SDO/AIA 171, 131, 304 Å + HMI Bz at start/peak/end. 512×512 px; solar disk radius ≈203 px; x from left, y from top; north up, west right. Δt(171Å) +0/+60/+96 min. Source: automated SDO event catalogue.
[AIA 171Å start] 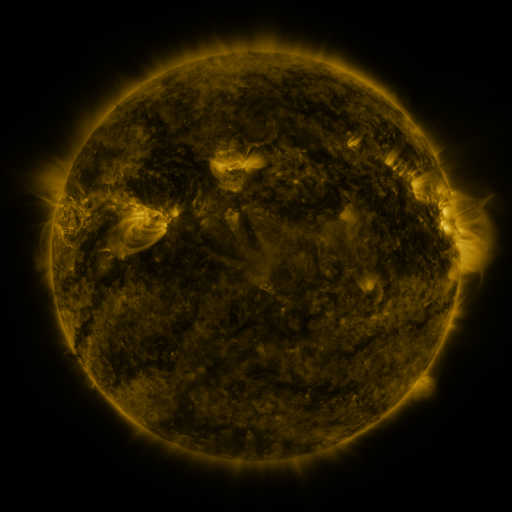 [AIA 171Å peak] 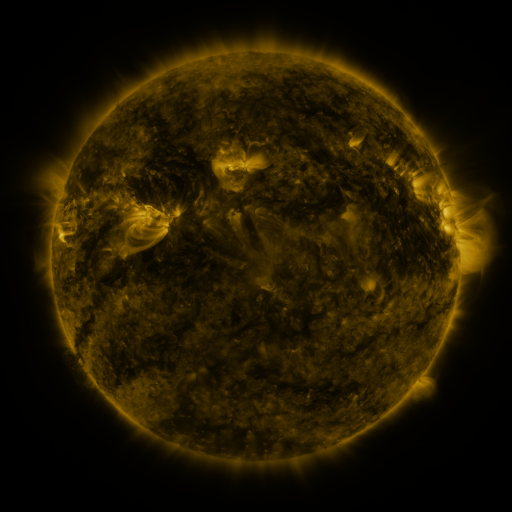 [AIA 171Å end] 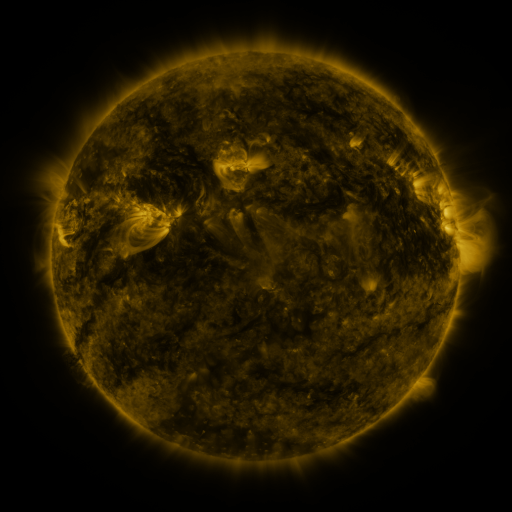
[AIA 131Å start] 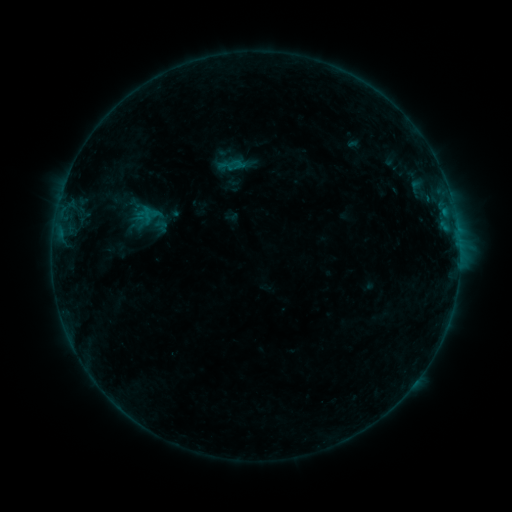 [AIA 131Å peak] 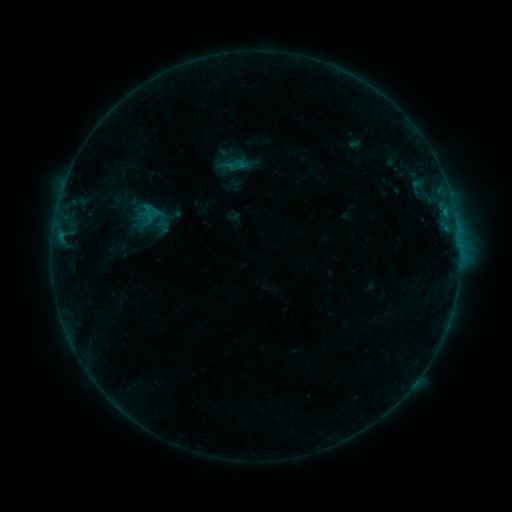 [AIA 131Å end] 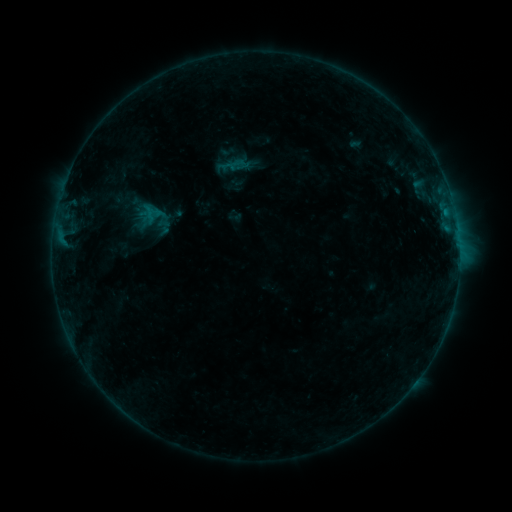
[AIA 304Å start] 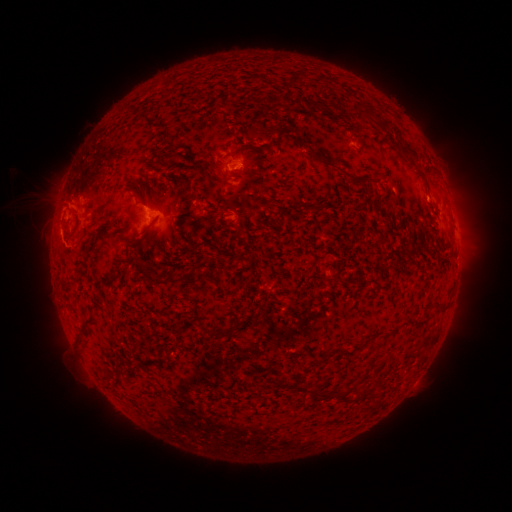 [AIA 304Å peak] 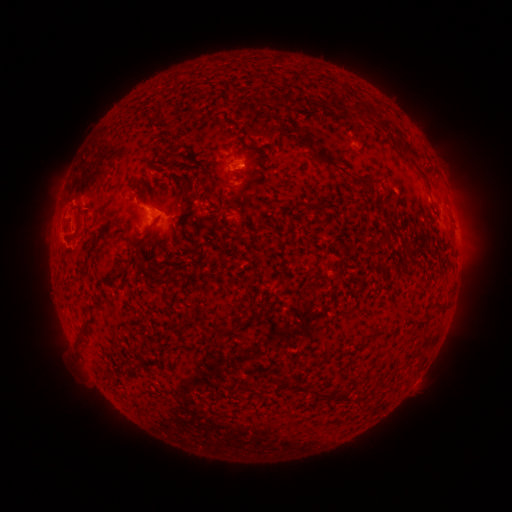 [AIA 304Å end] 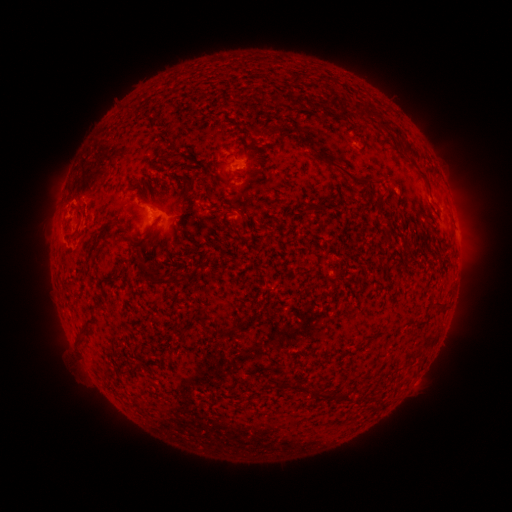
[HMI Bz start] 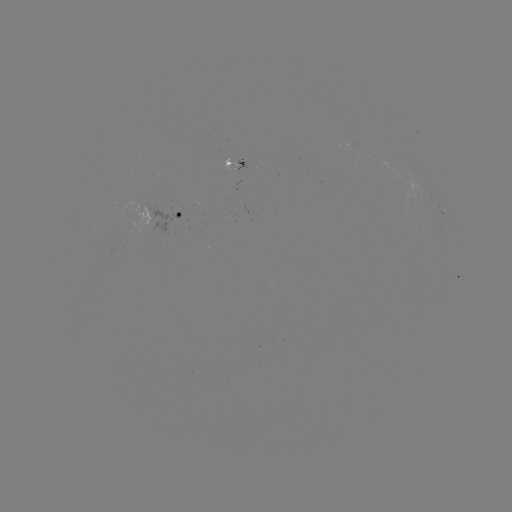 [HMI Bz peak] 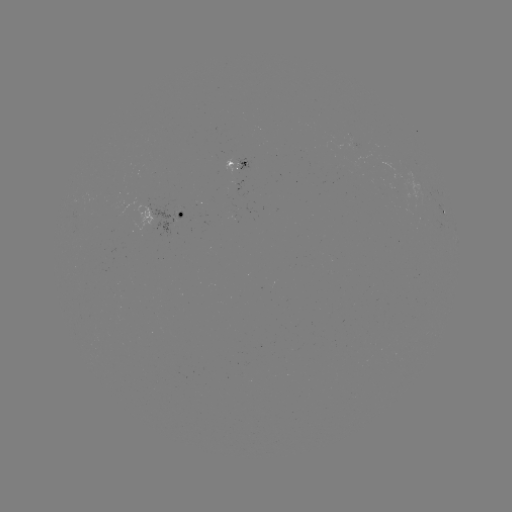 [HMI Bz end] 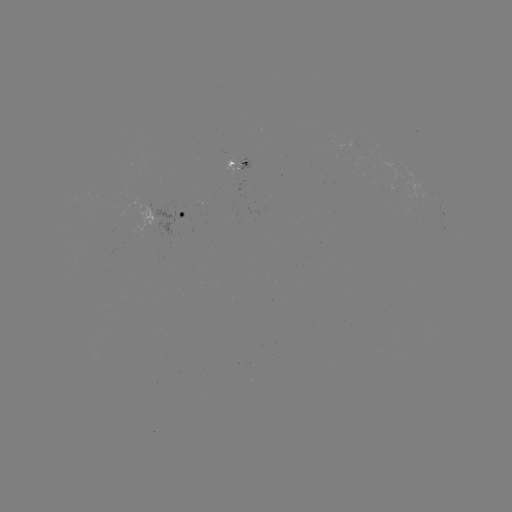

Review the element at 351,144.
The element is emerging-flux region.